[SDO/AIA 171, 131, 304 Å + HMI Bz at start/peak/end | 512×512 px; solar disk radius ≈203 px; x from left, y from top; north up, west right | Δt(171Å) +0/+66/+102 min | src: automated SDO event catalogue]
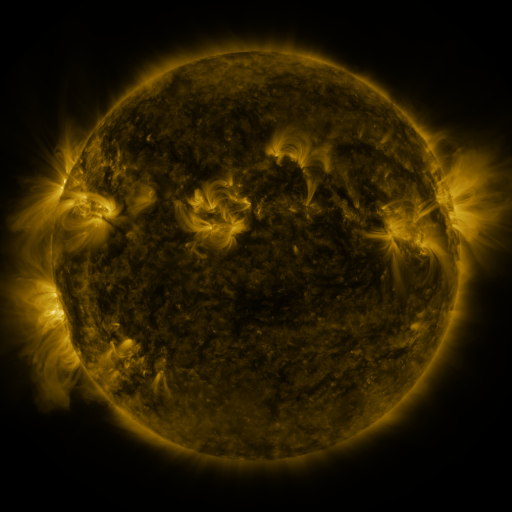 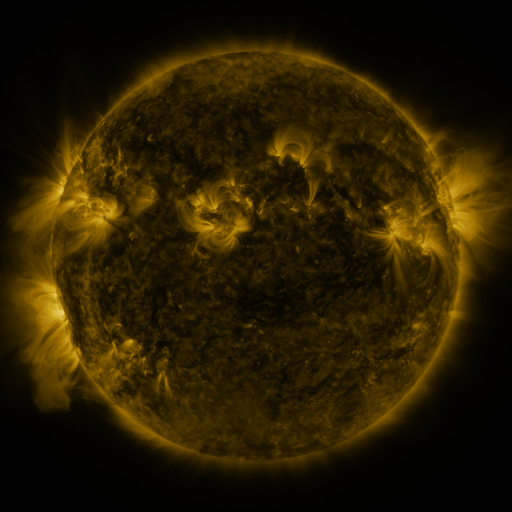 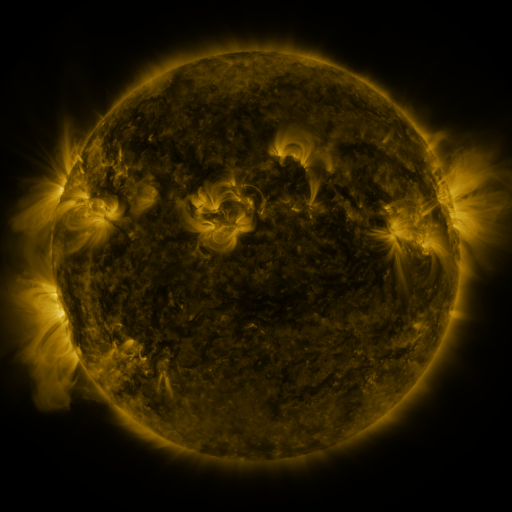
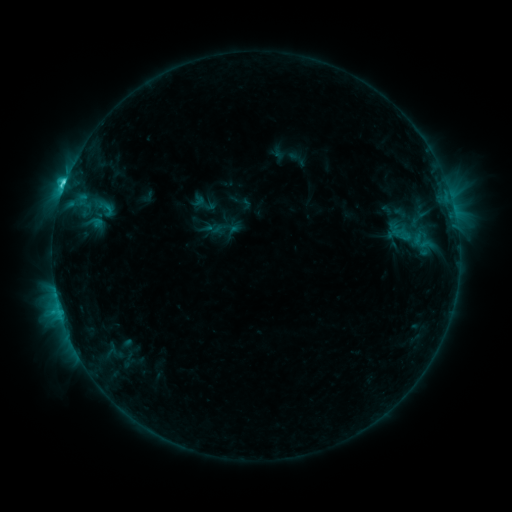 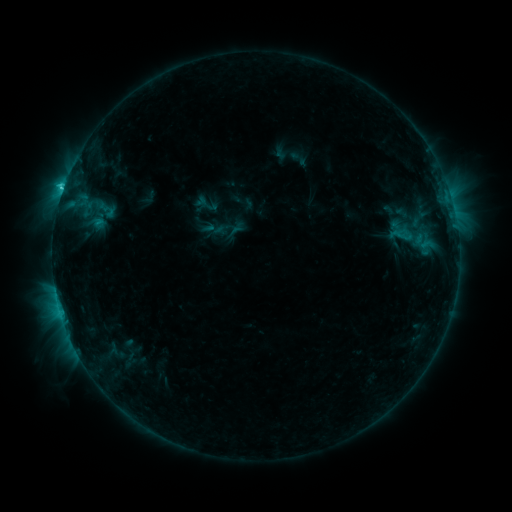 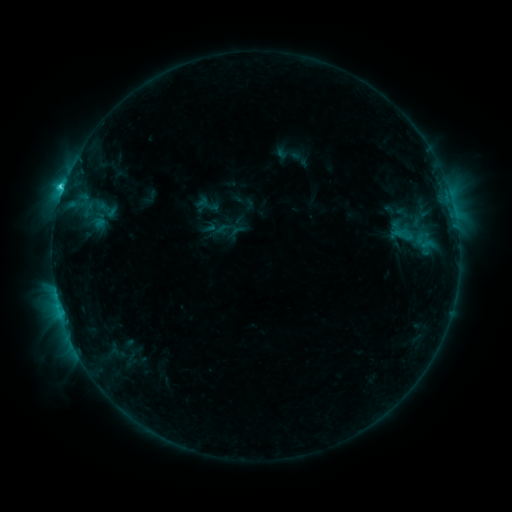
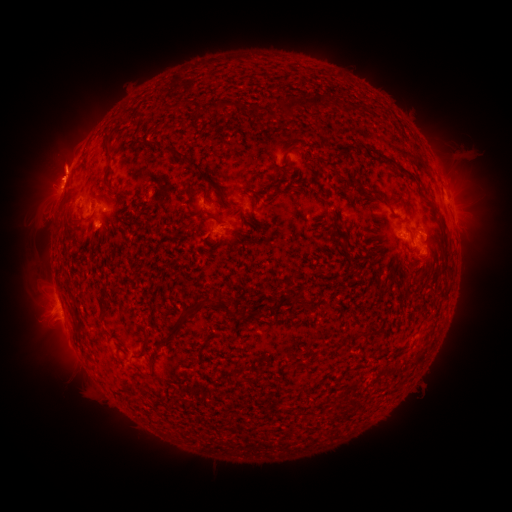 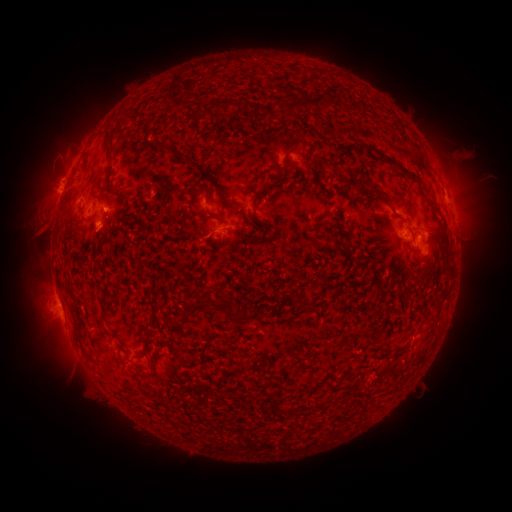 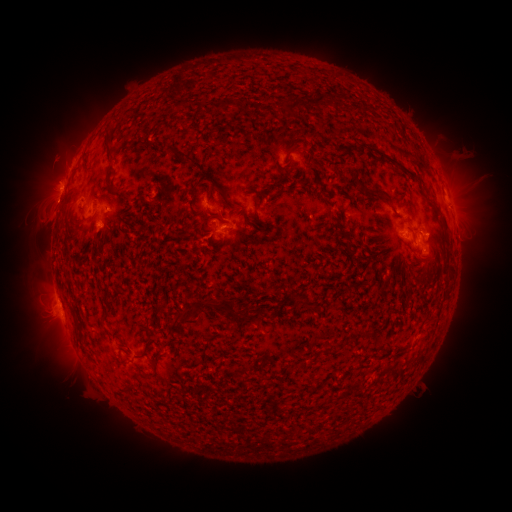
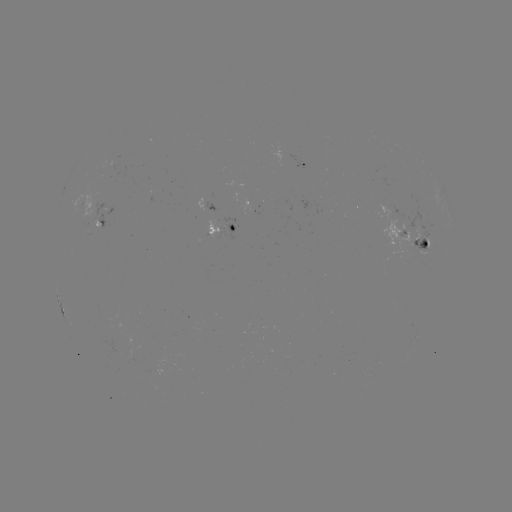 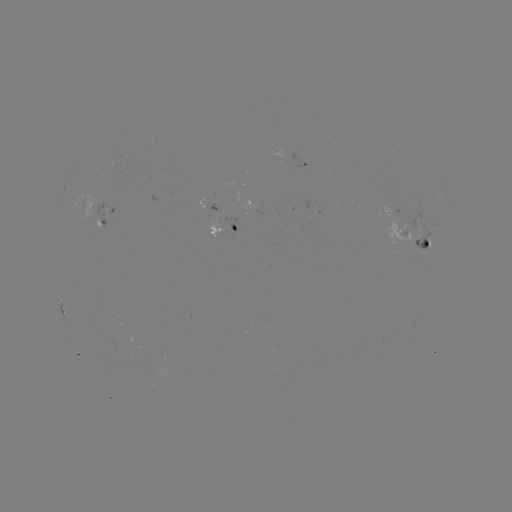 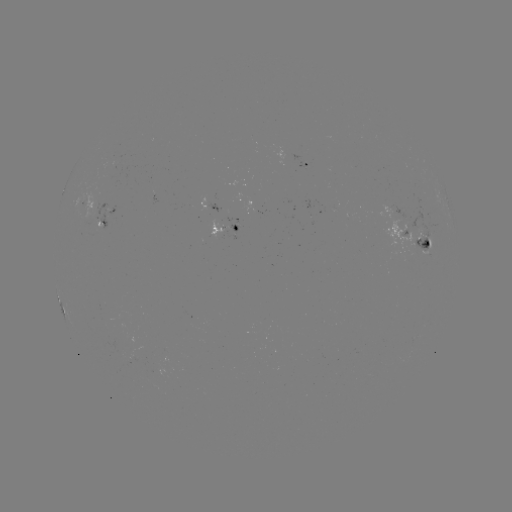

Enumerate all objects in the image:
emerging-flux region: (399, 223)
